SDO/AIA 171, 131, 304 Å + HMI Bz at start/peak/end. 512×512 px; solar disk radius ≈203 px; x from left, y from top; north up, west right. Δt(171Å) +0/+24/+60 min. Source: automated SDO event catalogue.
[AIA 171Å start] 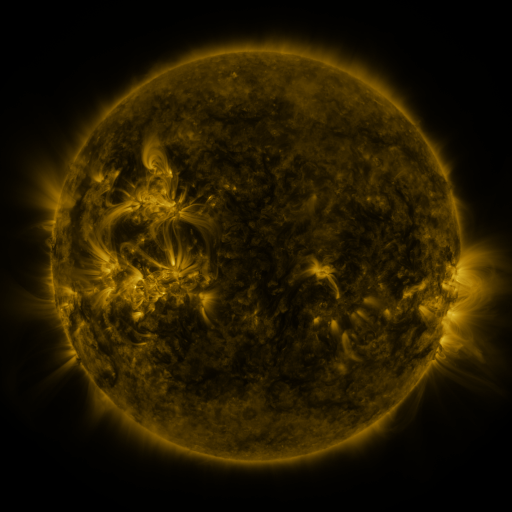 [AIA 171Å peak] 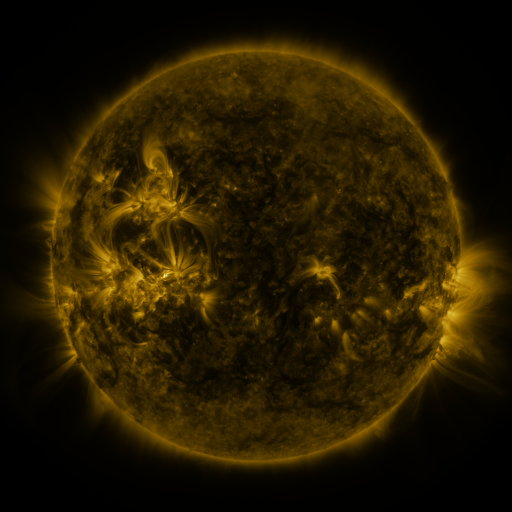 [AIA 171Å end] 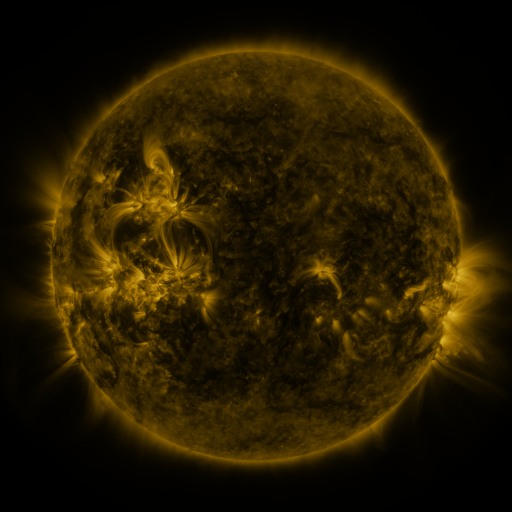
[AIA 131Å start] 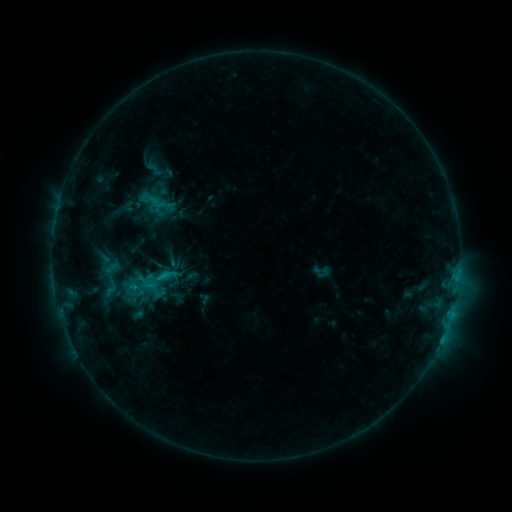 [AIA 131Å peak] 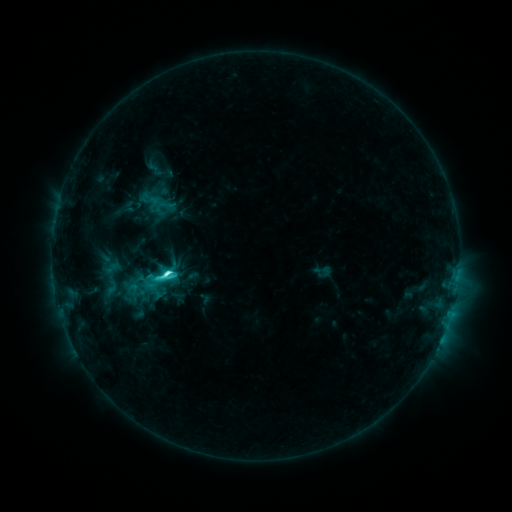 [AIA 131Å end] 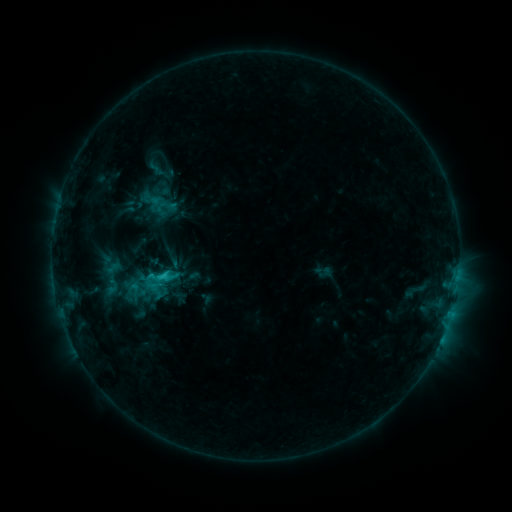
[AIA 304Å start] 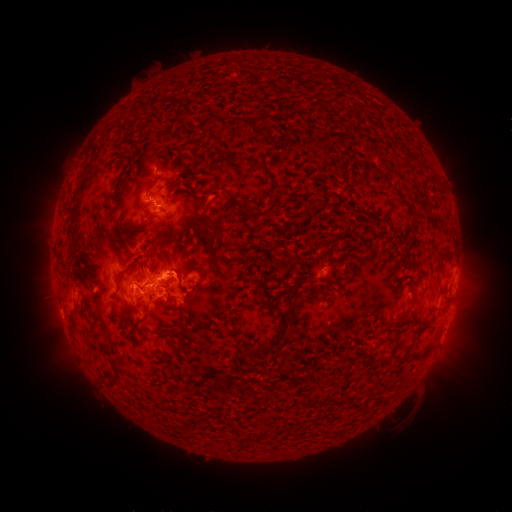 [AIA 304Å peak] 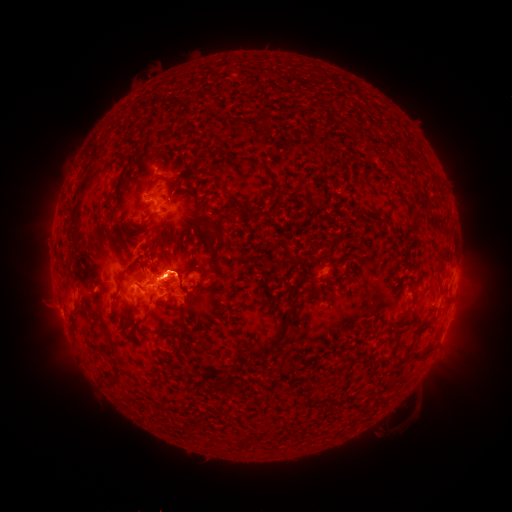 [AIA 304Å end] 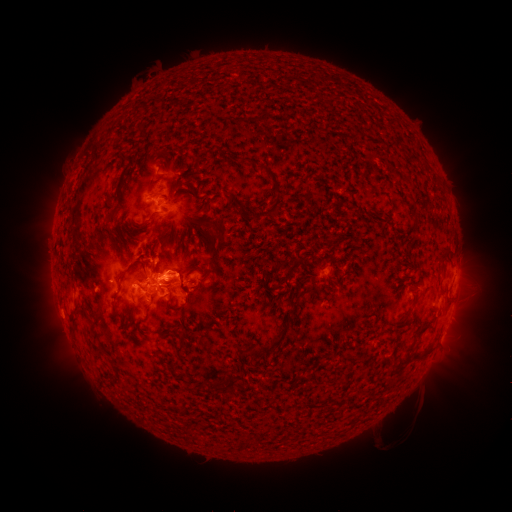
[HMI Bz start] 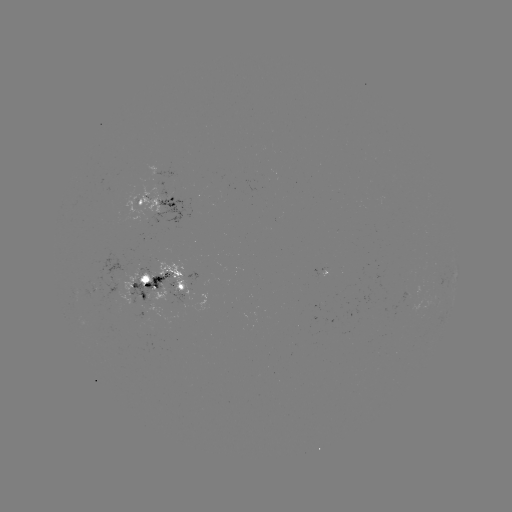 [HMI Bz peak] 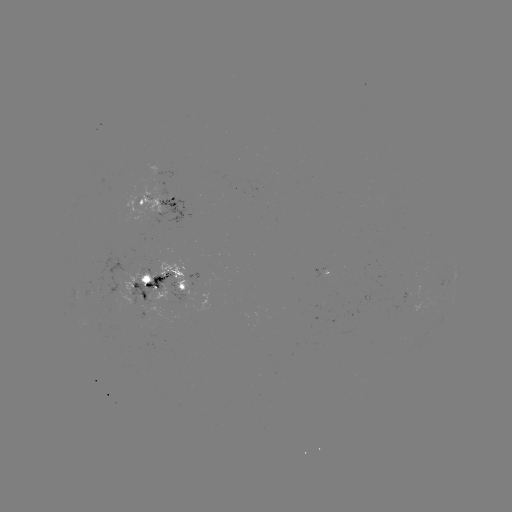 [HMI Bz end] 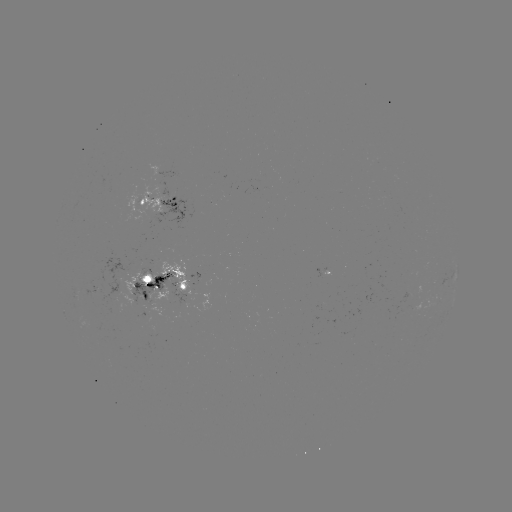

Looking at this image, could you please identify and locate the C6.4 flare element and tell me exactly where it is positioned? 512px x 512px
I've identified C6.4 flare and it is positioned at [167, 272].